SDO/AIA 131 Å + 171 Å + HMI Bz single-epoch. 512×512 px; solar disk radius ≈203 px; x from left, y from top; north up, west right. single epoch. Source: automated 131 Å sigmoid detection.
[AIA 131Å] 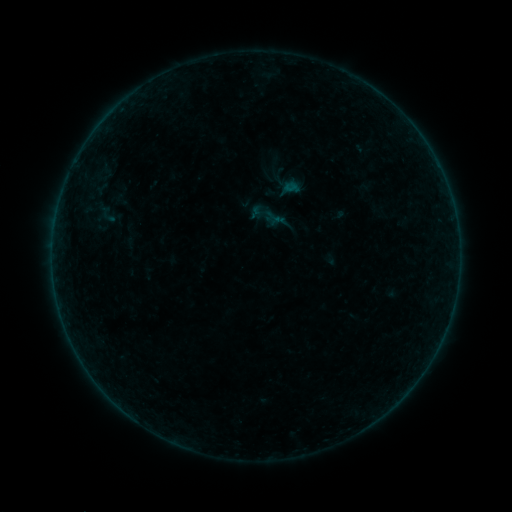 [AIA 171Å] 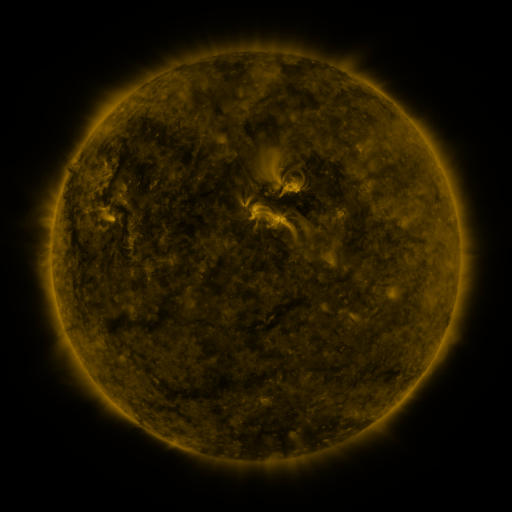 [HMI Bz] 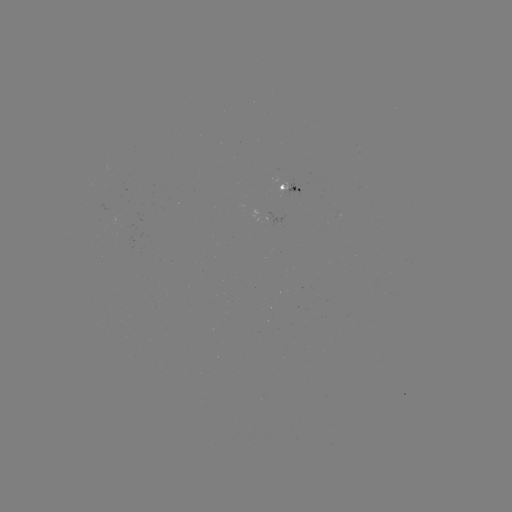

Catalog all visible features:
sigmoid: (107, 214)
